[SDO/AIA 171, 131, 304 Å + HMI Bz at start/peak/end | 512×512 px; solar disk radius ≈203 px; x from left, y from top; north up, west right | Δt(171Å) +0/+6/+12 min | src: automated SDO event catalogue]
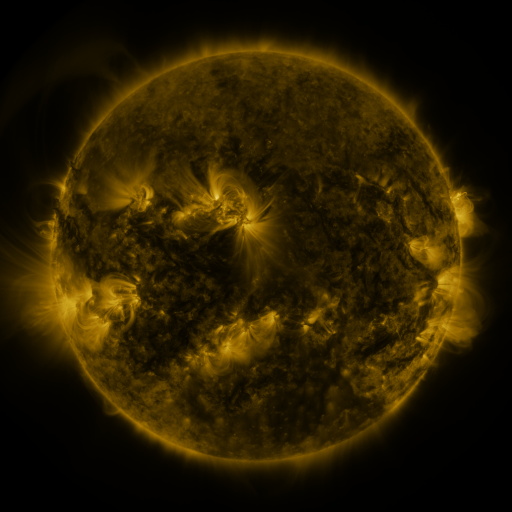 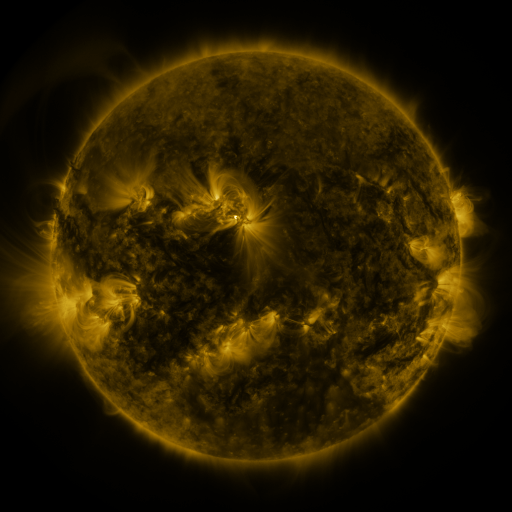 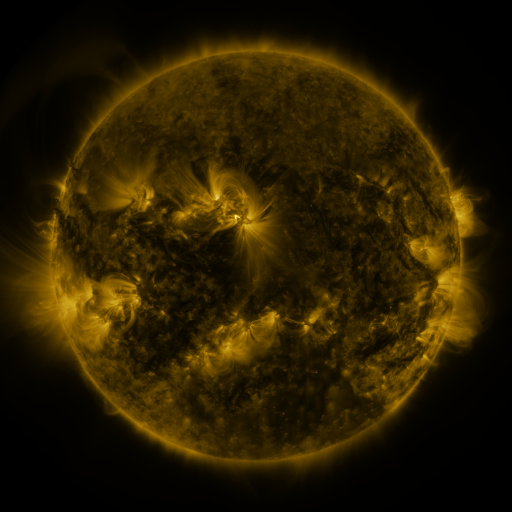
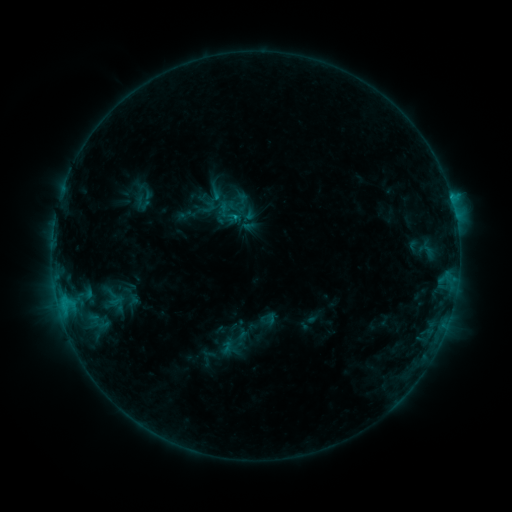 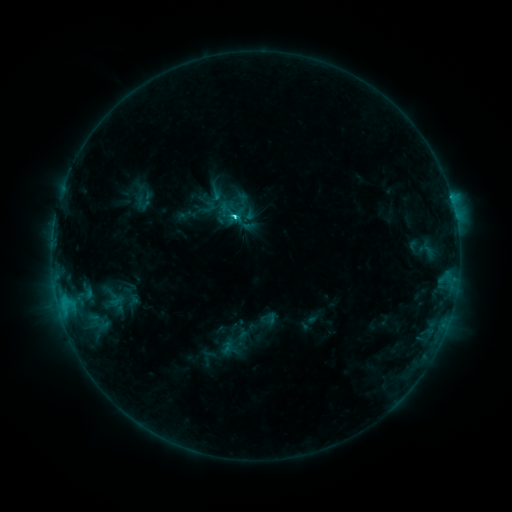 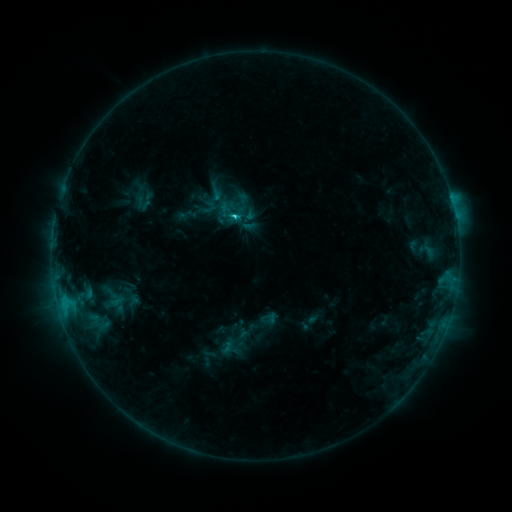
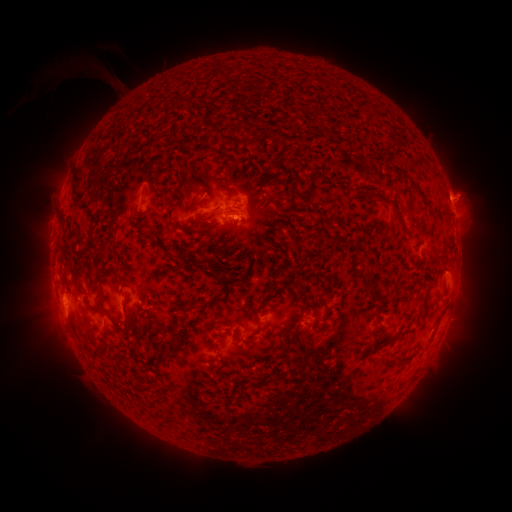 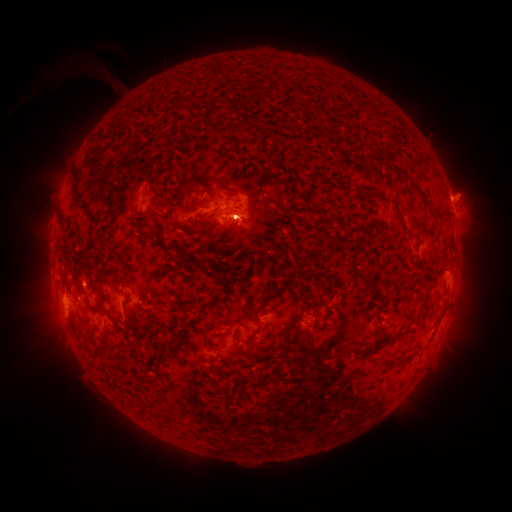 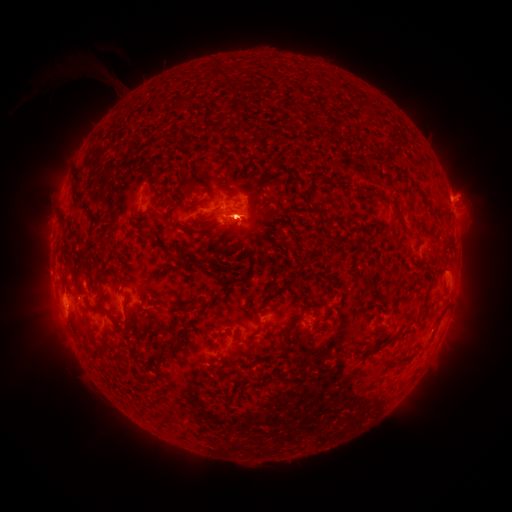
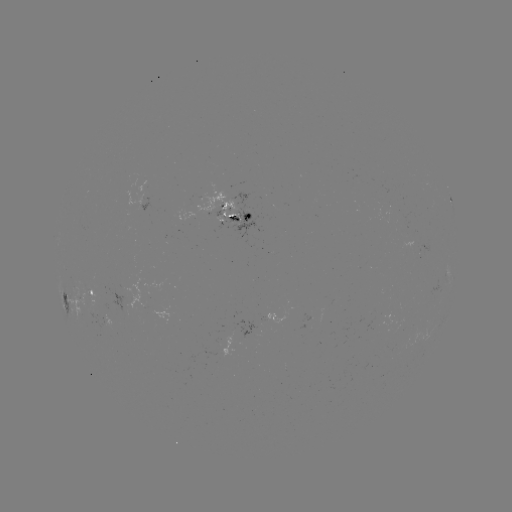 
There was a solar flare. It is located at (235, 218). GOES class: C3.3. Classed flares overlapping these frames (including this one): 1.